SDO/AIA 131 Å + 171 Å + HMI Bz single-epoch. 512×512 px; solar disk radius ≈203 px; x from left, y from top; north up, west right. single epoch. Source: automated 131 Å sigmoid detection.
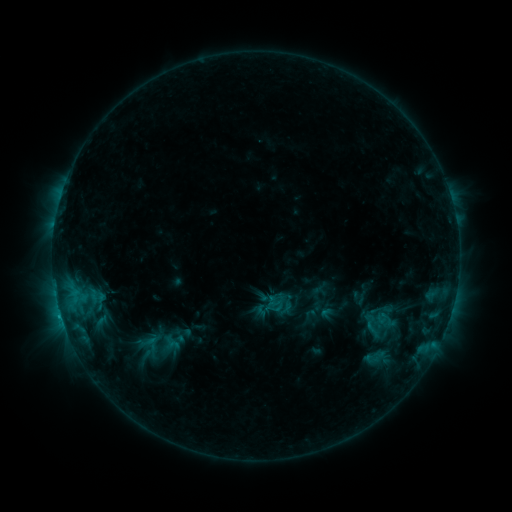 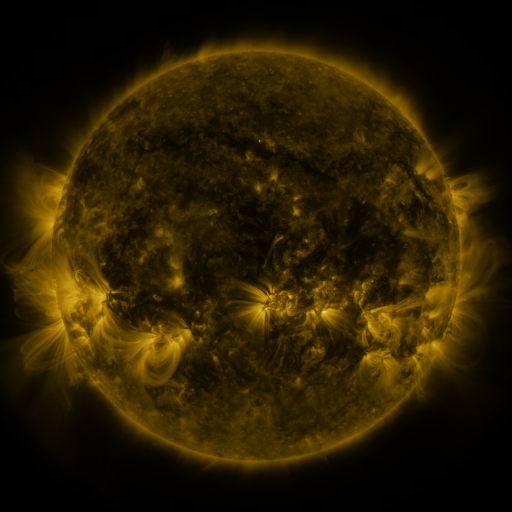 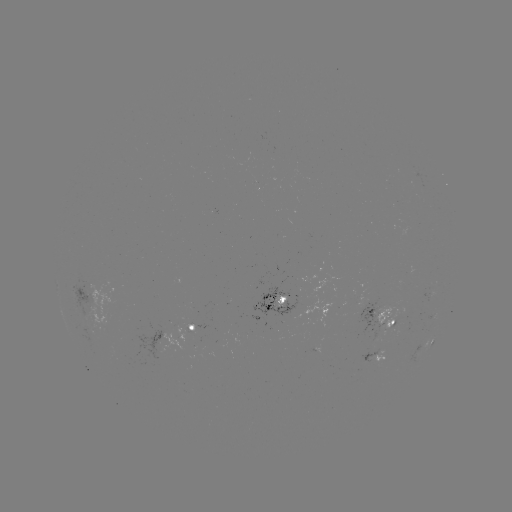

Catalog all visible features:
sigmoid: (376, 358)
